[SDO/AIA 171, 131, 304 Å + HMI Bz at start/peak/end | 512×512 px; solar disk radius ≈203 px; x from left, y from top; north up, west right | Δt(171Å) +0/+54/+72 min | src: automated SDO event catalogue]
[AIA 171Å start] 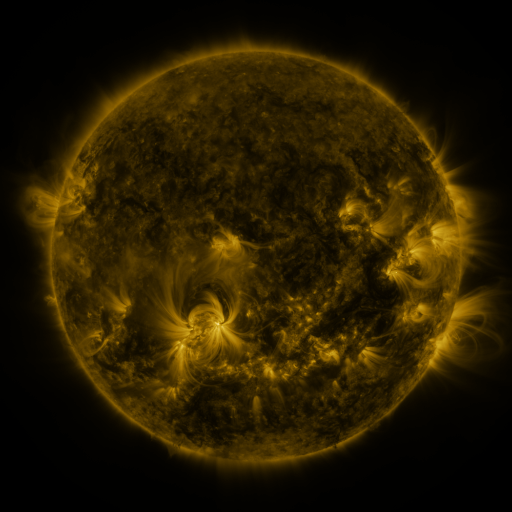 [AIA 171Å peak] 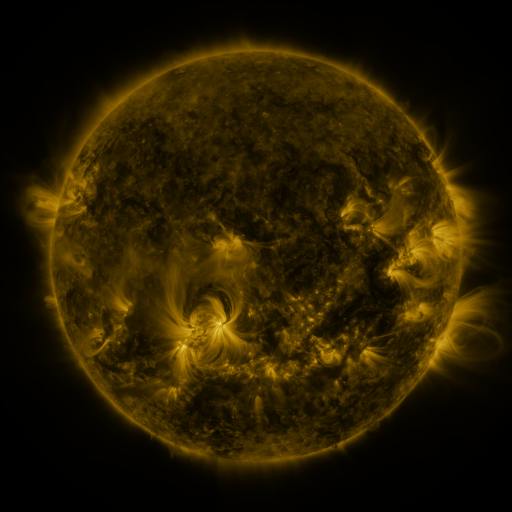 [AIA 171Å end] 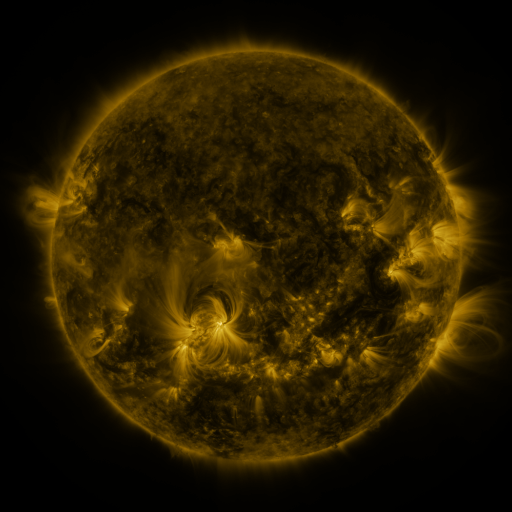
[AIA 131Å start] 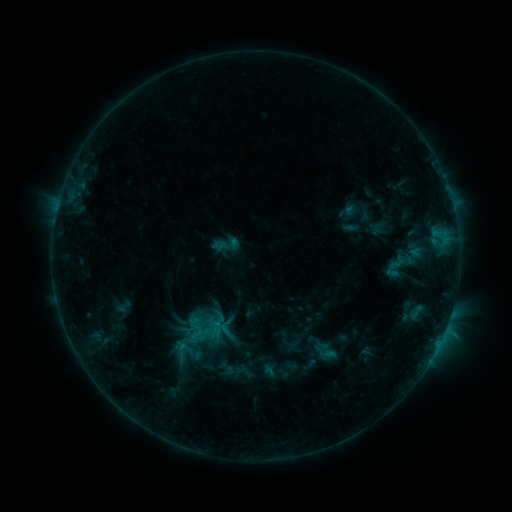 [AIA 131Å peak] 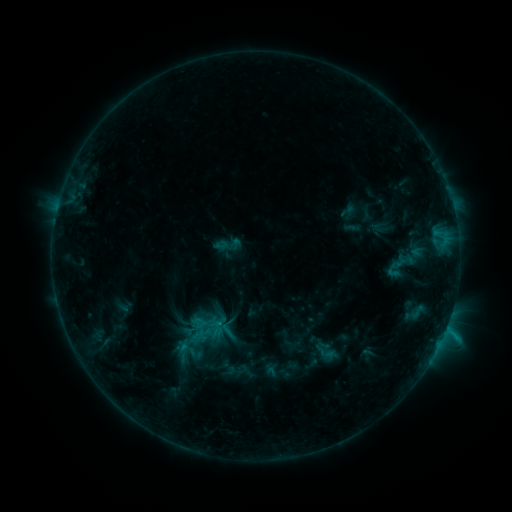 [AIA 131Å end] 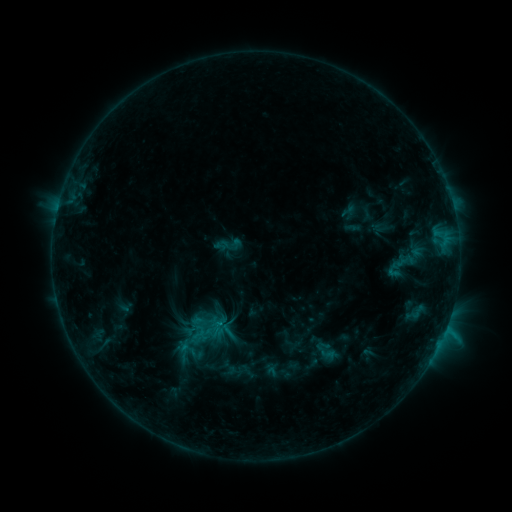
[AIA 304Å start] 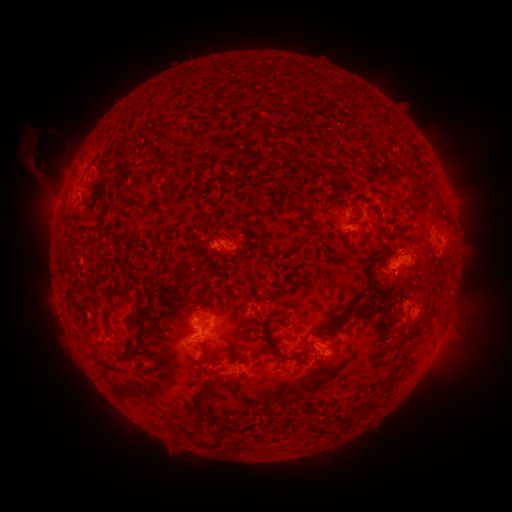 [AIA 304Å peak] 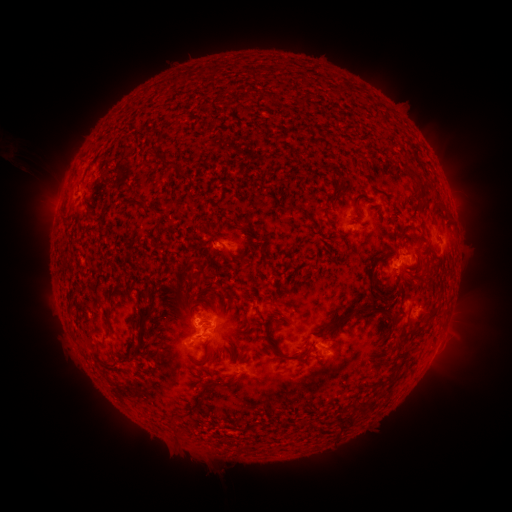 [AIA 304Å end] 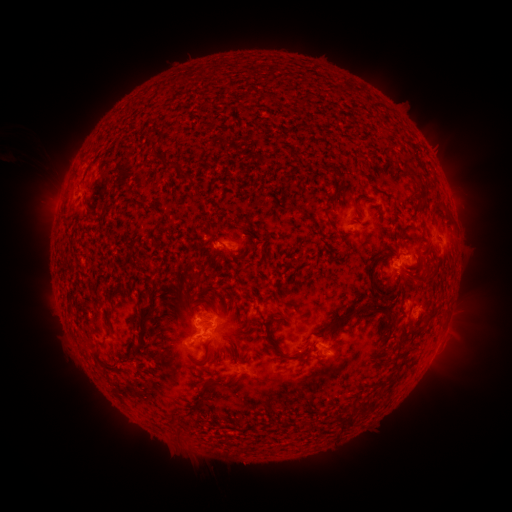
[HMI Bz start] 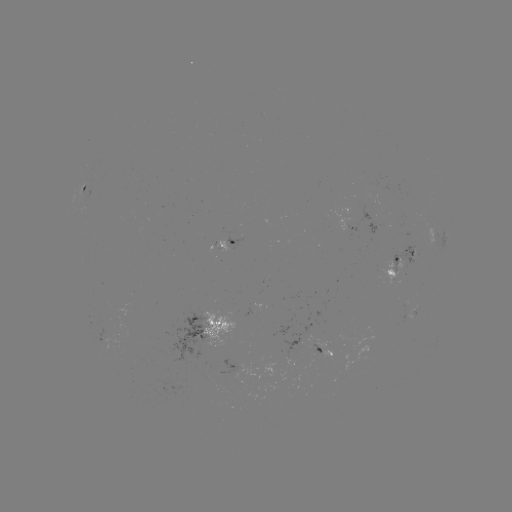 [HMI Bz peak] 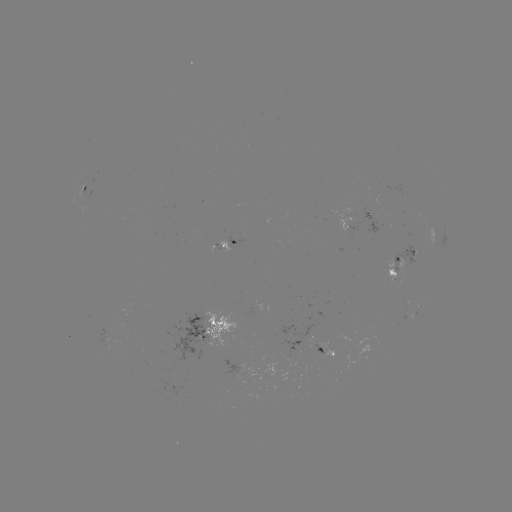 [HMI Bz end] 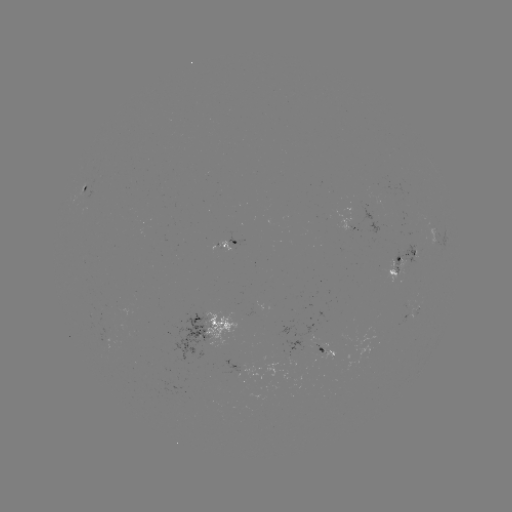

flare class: C1.3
